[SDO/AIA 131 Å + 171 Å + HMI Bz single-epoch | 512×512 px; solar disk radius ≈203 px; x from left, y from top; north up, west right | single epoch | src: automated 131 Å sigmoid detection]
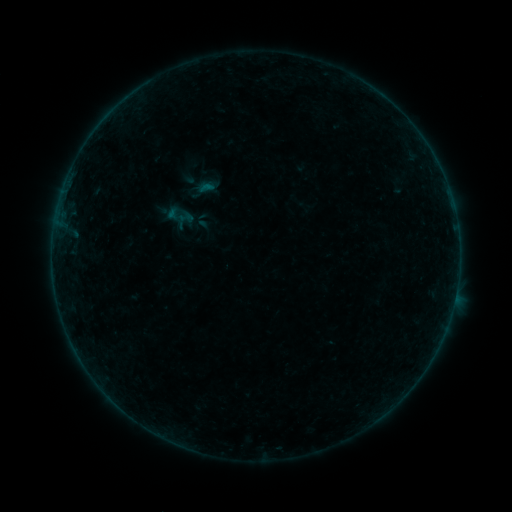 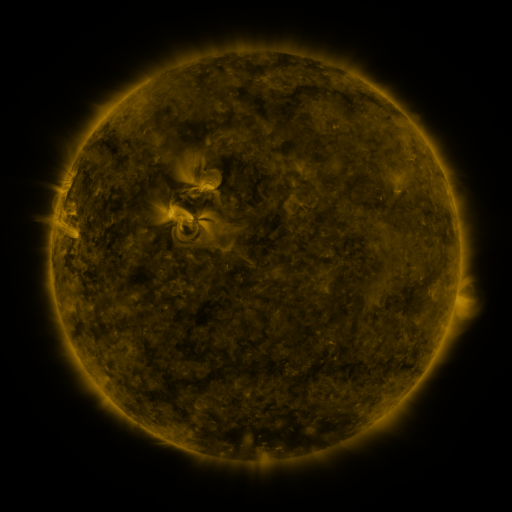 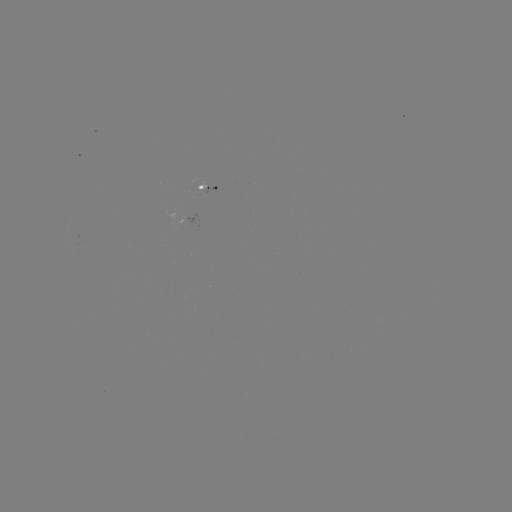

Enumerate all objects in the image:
sigmoid: [178, 209, 194, 226]
